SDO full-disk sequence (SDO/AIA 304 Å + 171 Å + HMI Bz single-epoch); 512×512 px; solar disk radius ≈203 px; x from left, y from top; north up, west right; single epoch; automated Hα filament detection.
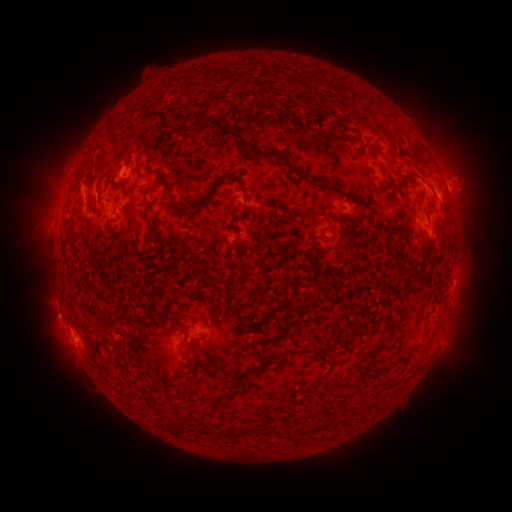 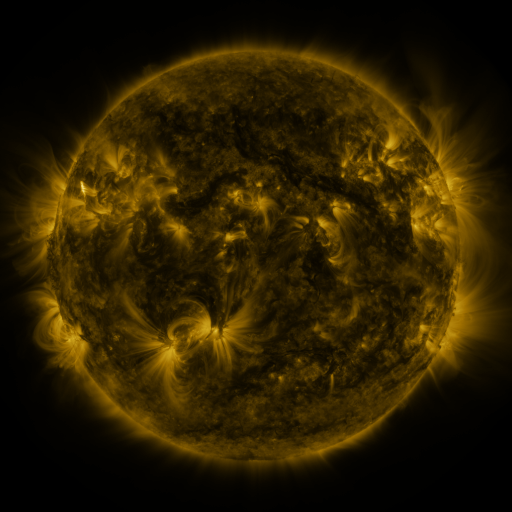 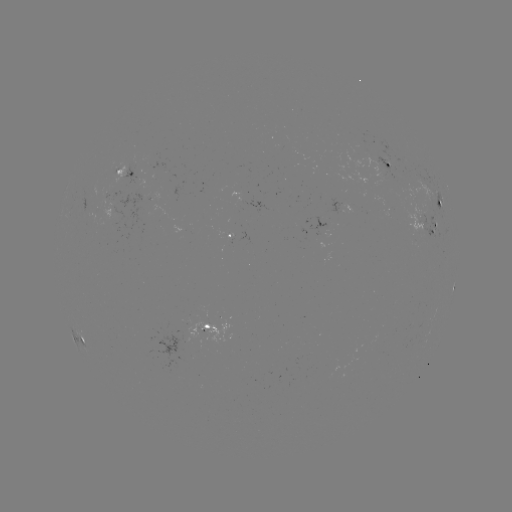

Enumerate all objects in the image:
filament: (182, 124)
filament: (218, 126)
filament: (415, 150)
filament: (148, 156)
filament: (286, 163)
filament: (229, 176)
filament: (404, 179)
filament: (331, 189)
filament: (243, 191)
filament: (205, 201)
filament: (182, 208)
filament: (151, 232)
filament: (344, 235)
filament: (312, 249)
filament: (353, 259)
filament: (258, 278)
filament: (316, 283)
filament: (175, 316)
filament: (400, 316)
filament: (104, 325)
filament: (185, 336)
filament: (244, 342)
filament: (228, 346)
filament: (295, 352)
filament: (194, 354)
filament: (319, 381)
filament: (226, 393)
filament: (345, 421)
filament: (299, 430)
filament: (243, 431)
filament: (276, 432)
